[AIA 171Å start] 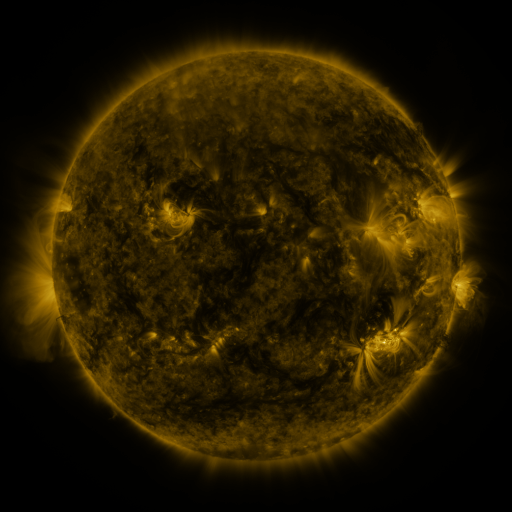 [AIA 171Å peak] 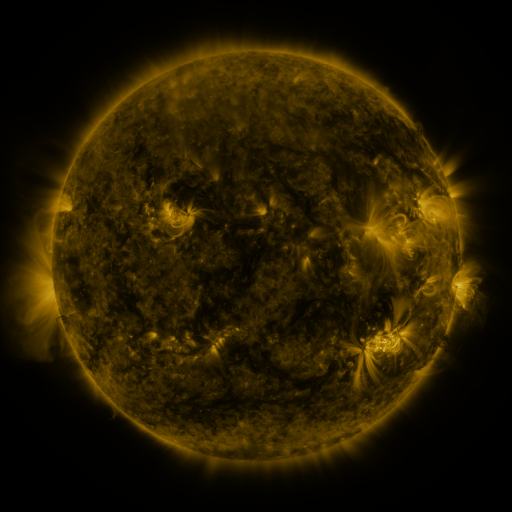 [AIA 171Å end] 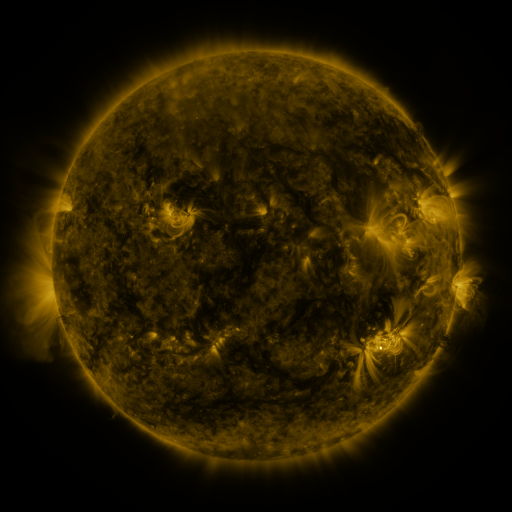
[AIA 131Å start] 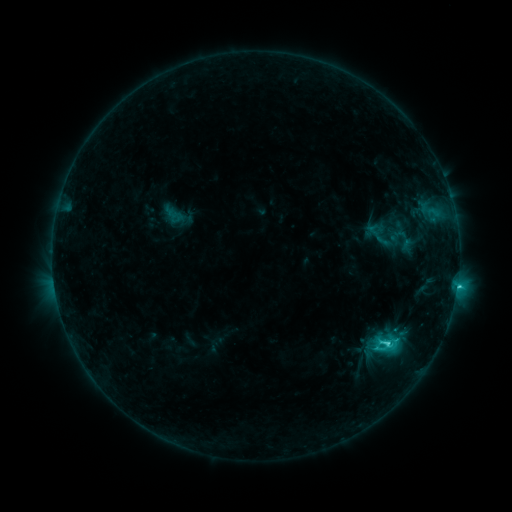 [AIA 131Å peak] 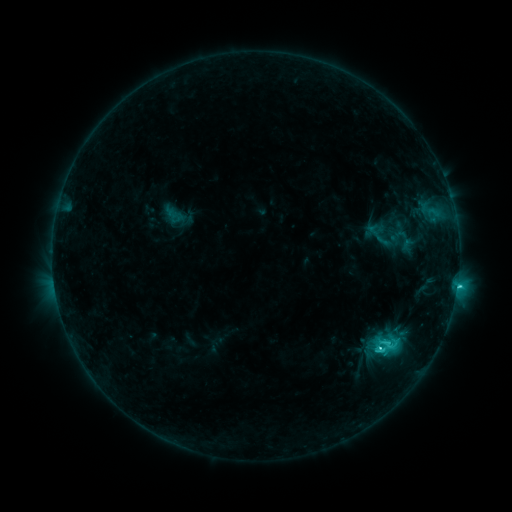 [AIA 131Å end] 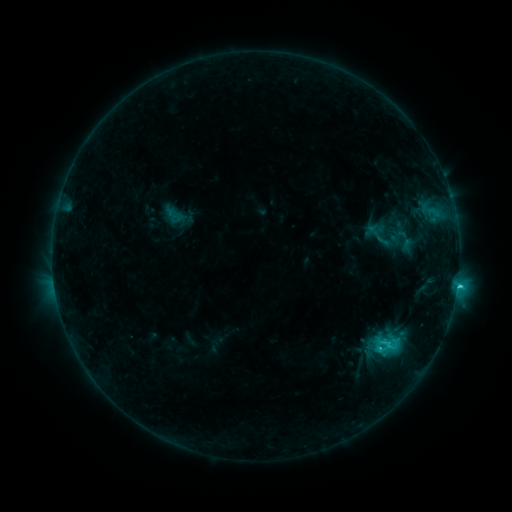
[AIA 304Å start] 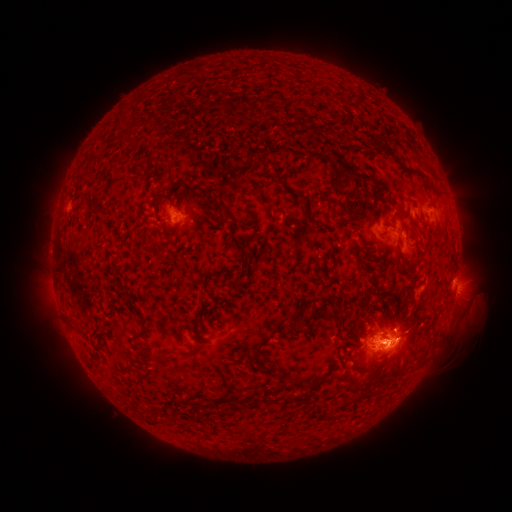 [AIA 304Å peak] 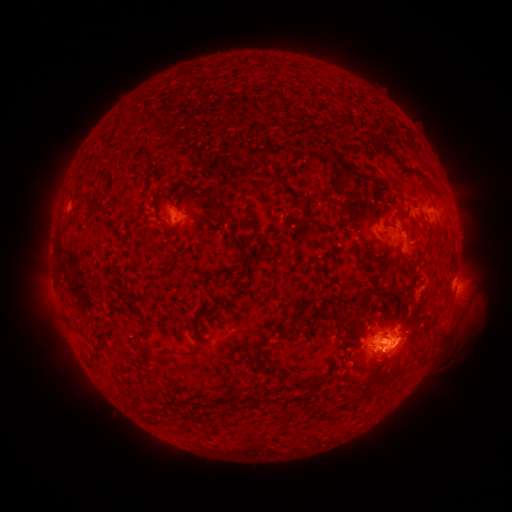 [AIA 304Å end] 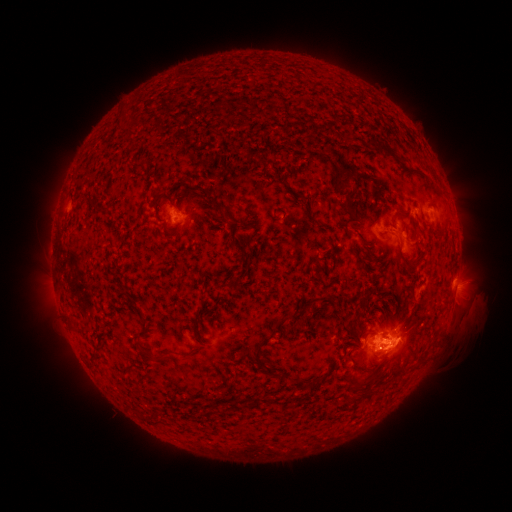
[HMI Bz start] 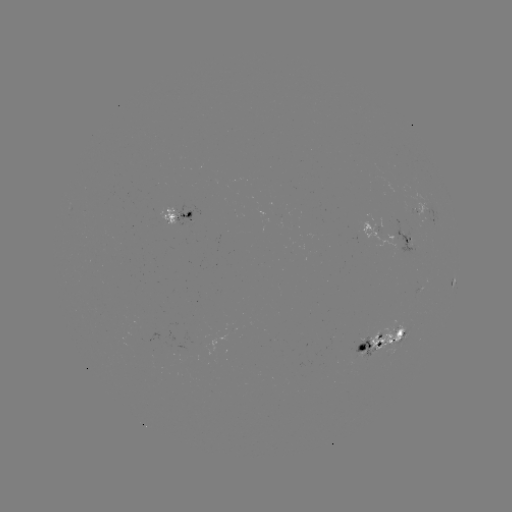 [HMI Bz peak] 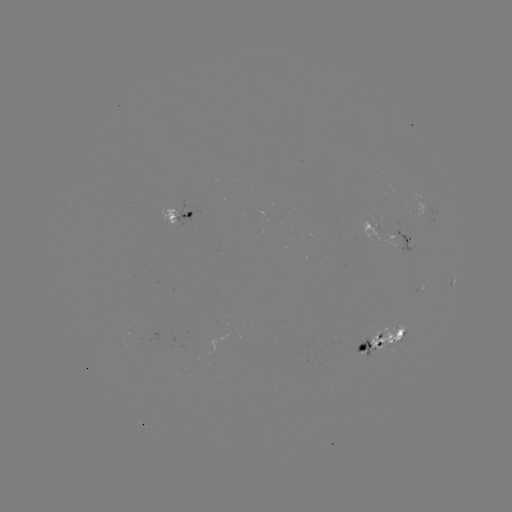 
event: eruption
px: (395, 359)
